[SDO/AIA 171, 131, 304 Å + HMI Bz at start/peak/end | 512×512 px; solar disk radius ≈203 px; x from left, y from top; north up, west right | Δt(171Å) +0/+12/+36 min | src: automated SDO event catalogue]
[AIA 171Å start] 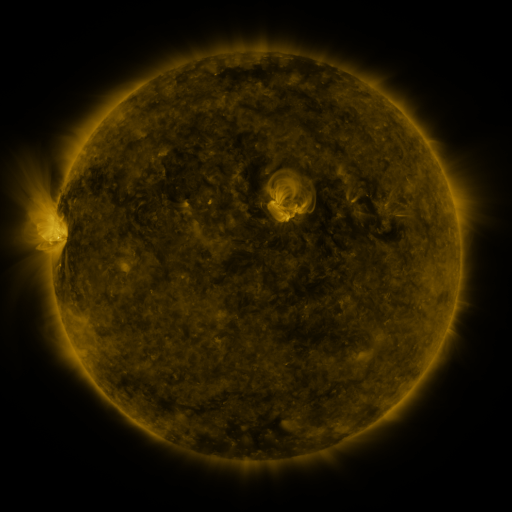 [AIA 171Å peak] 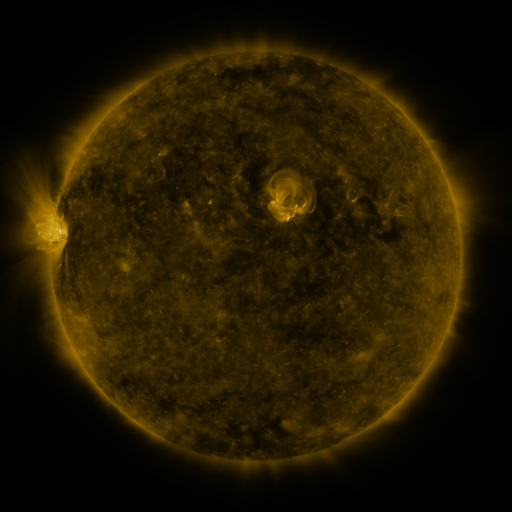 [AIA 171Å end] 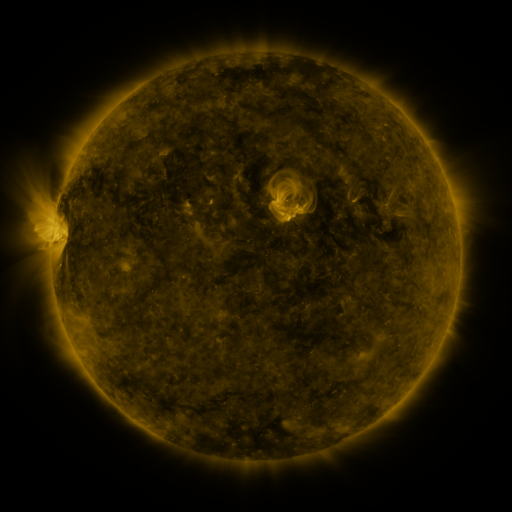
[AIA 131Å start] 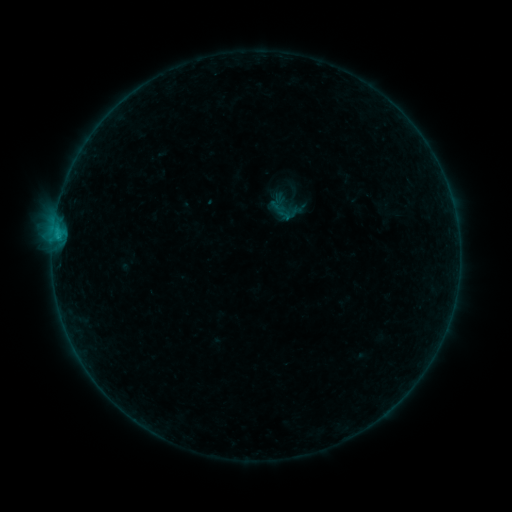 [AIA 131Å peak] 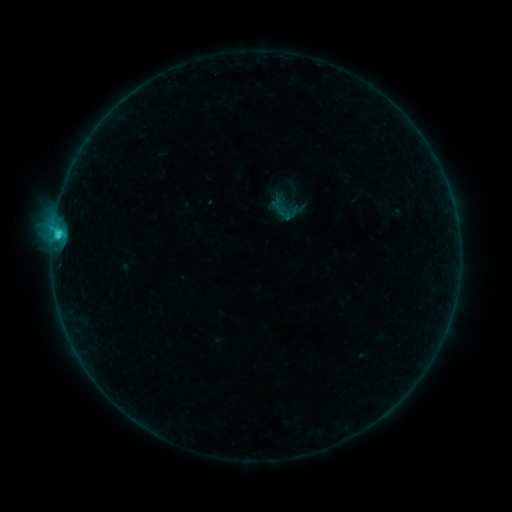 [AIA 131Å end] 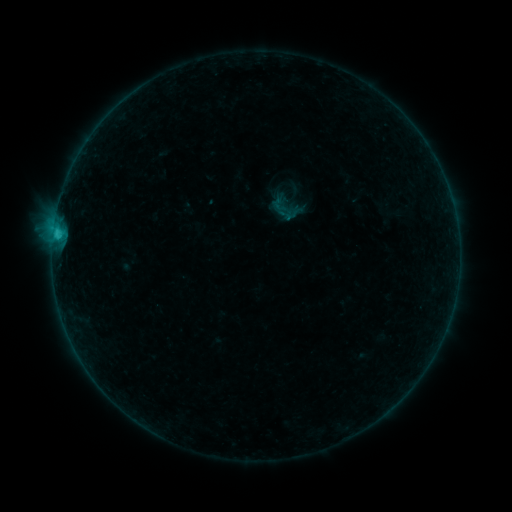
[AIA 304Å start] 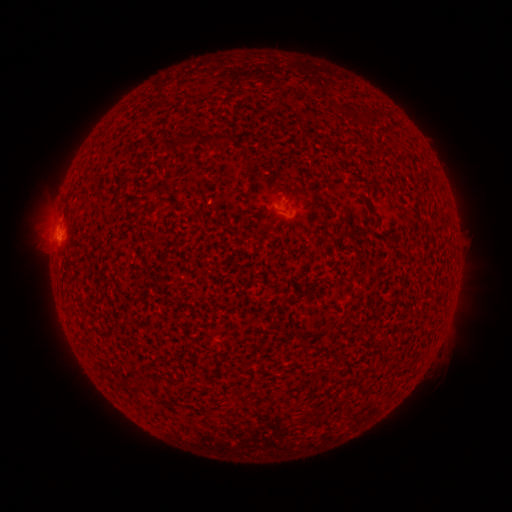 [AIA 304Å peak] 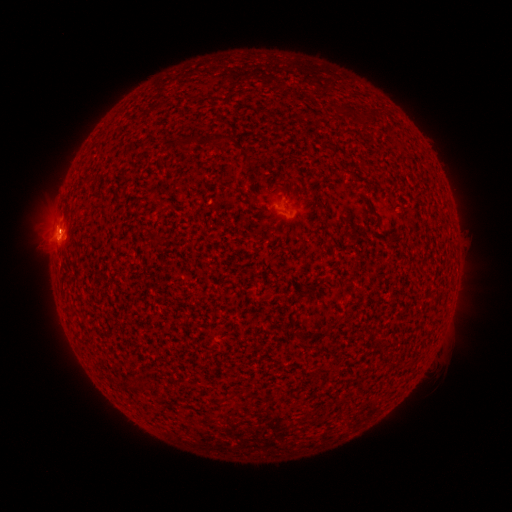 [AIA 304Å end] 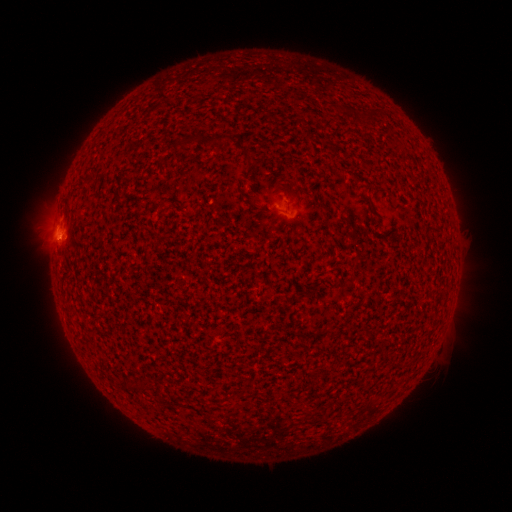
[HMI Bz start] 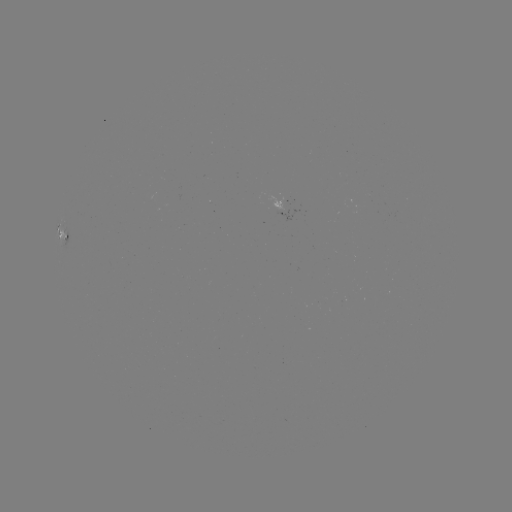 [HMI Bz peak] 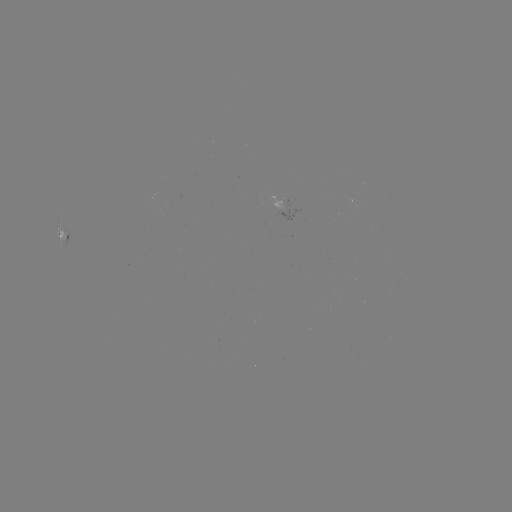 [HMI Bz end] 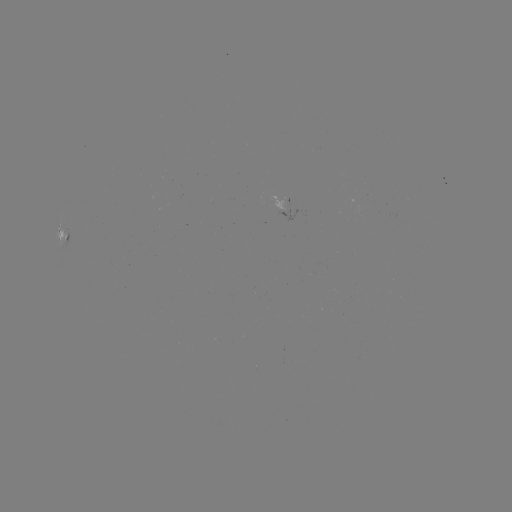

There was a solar flare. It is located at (59, 237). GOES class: C1.4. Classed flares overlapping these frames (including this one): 1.